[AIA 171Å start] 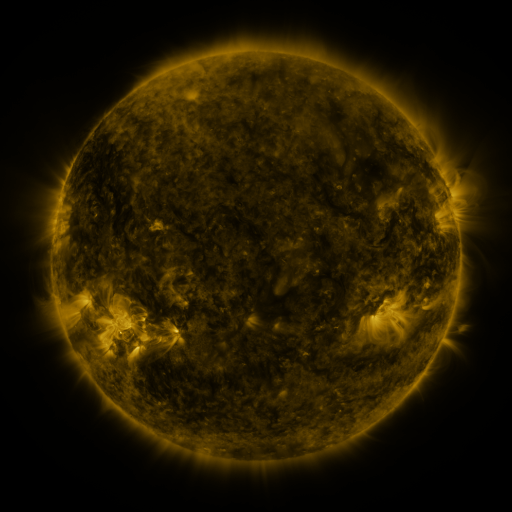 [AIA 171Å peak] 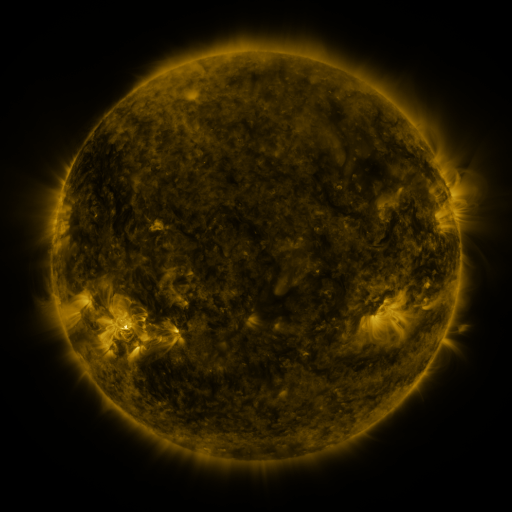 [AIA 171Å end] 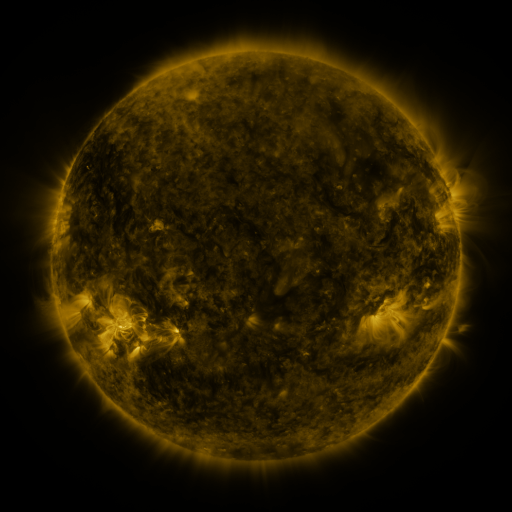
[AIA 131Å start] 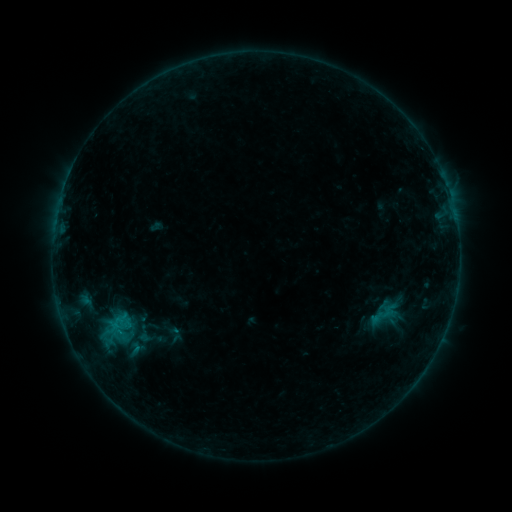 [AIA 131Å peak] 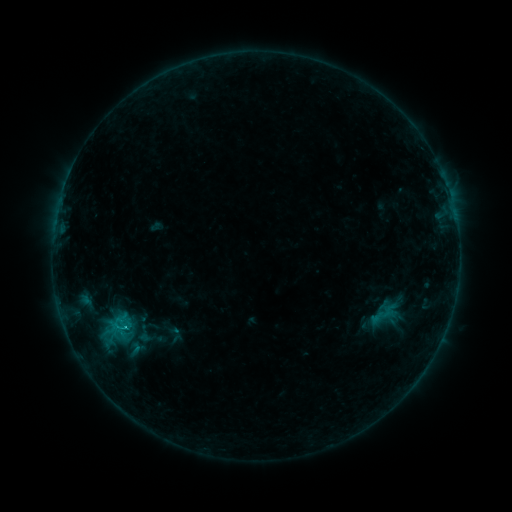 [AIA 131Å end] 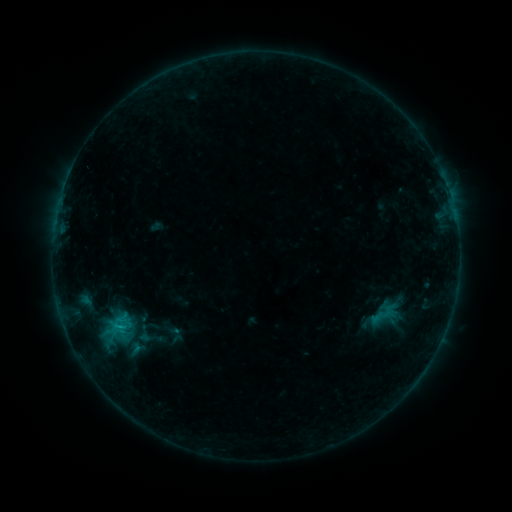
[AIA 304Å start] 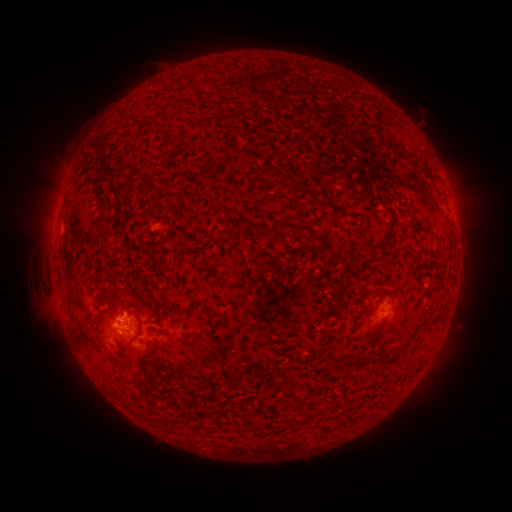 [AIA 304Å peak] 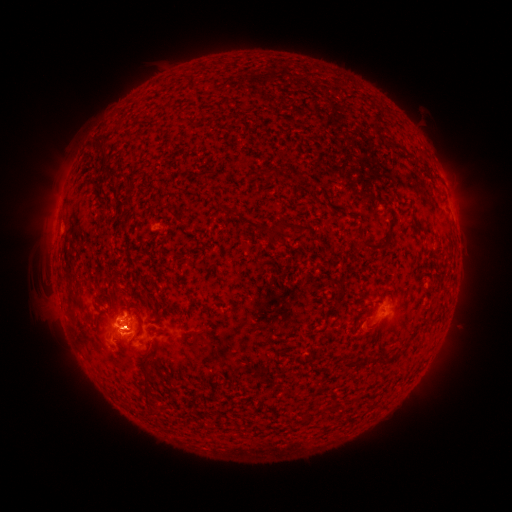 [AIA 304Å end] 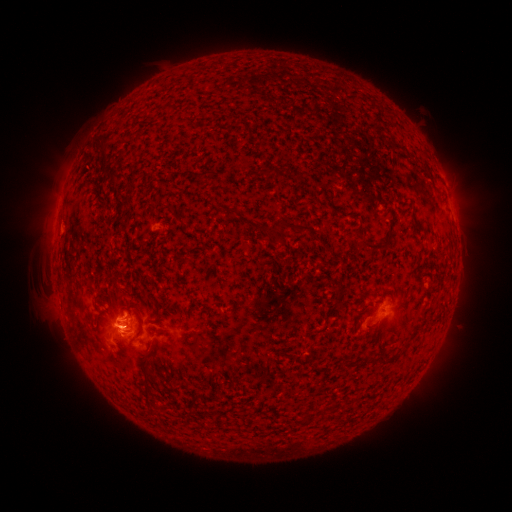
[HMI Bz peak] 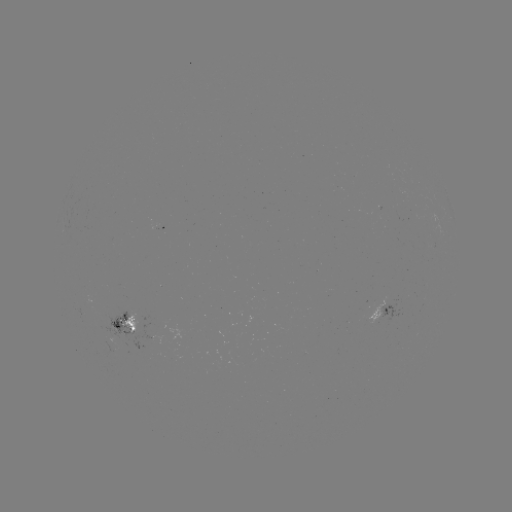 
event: flare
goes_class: B9.6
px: (124, 325)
